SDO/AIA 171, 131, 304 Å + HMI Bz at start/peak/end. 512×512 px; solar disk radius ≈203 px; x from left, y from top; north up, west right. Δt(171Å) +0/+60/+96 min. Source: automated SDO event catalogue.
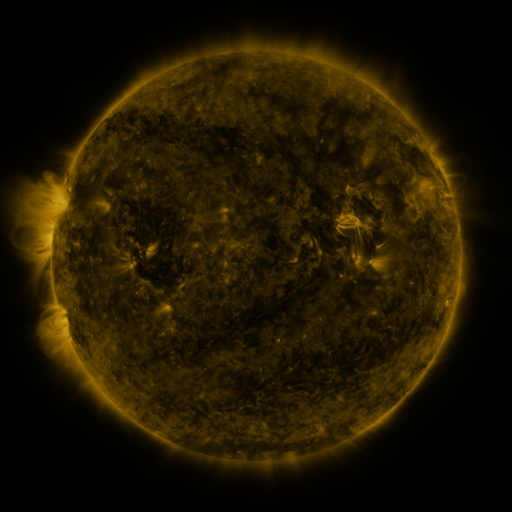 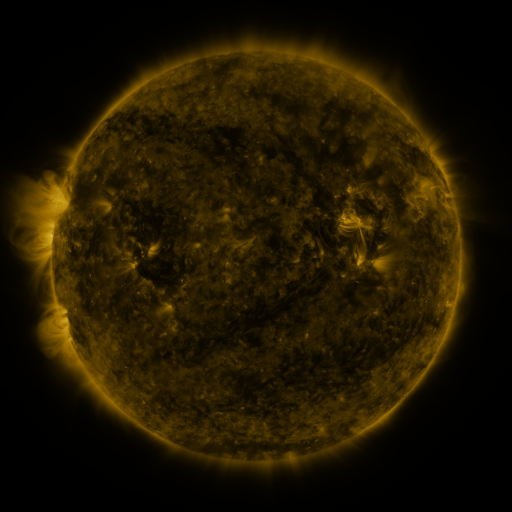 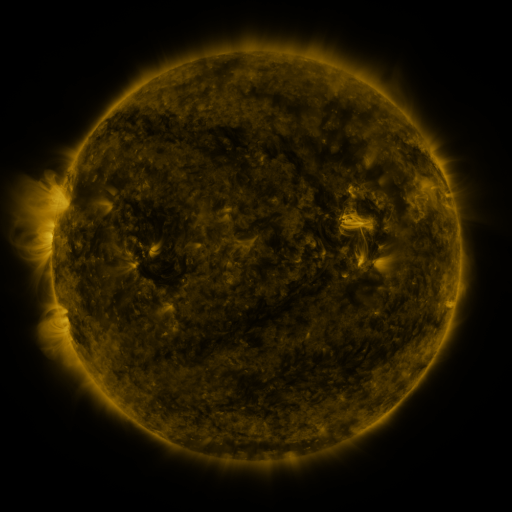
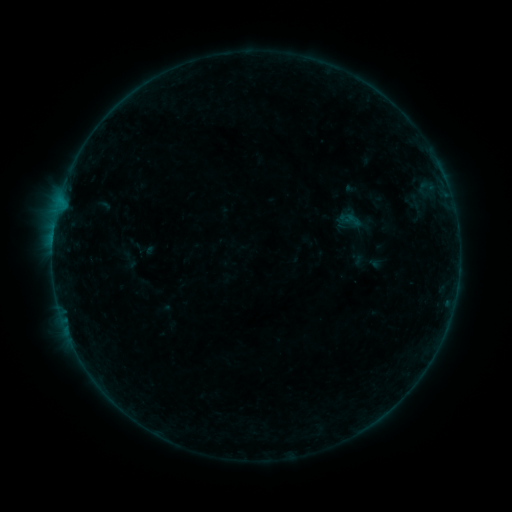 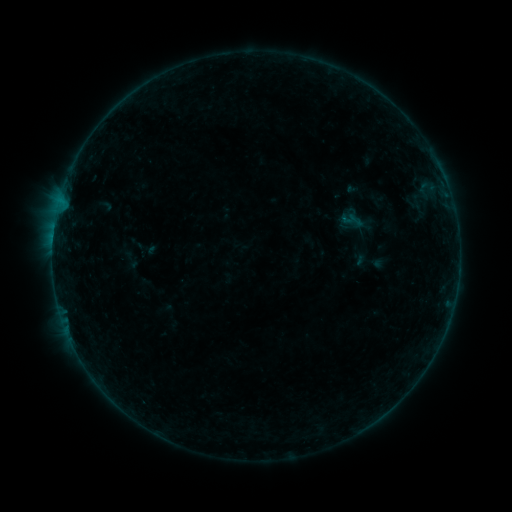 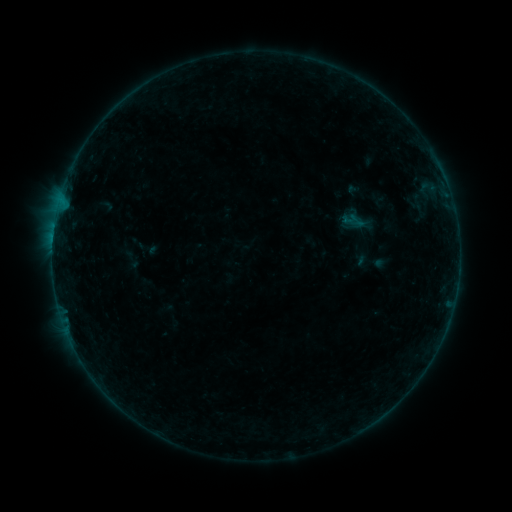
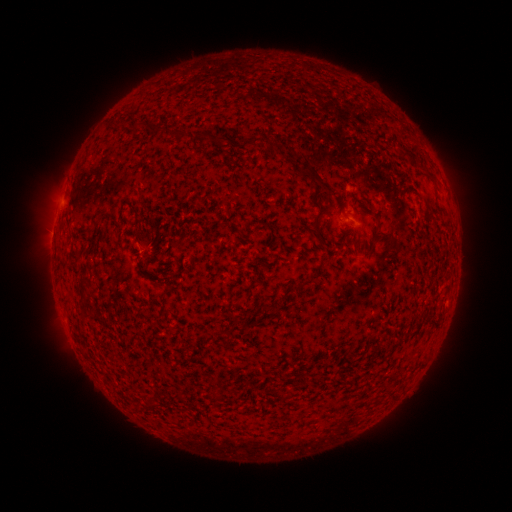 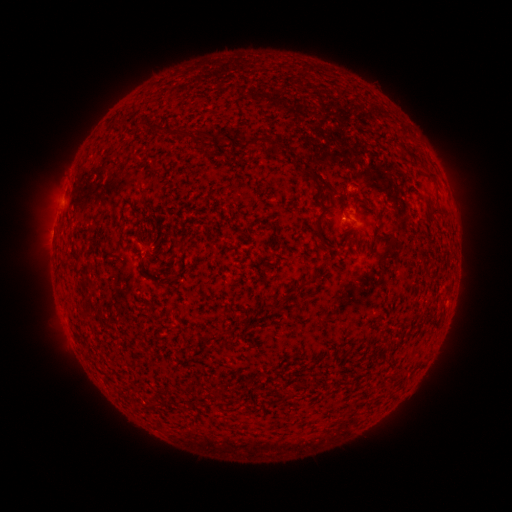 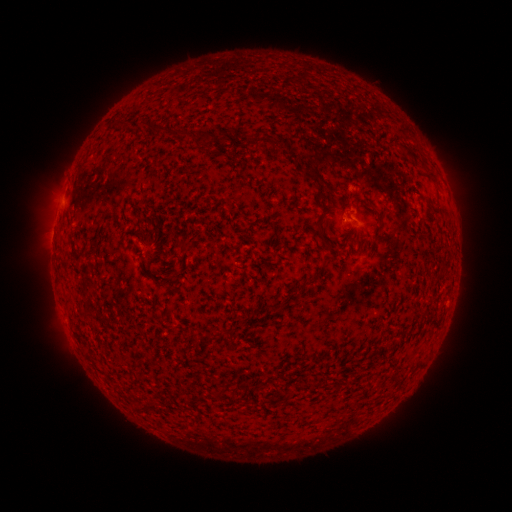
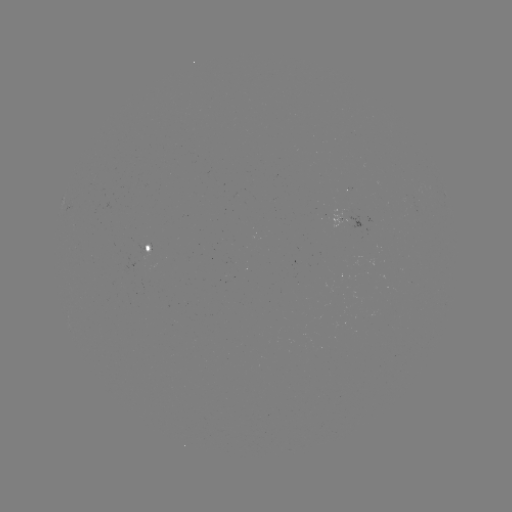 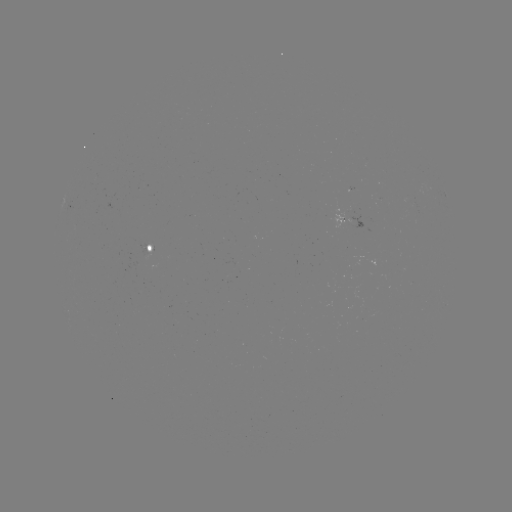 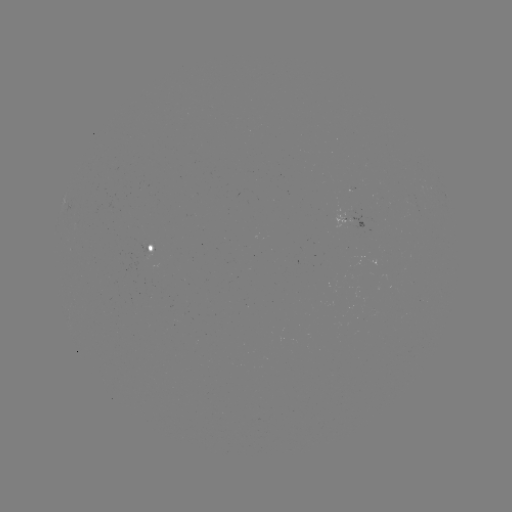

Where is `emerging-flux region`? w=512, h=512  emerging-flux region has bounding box [139, 245, 148, 256].